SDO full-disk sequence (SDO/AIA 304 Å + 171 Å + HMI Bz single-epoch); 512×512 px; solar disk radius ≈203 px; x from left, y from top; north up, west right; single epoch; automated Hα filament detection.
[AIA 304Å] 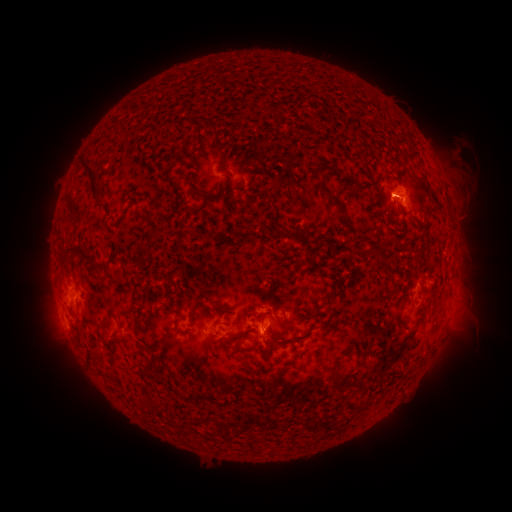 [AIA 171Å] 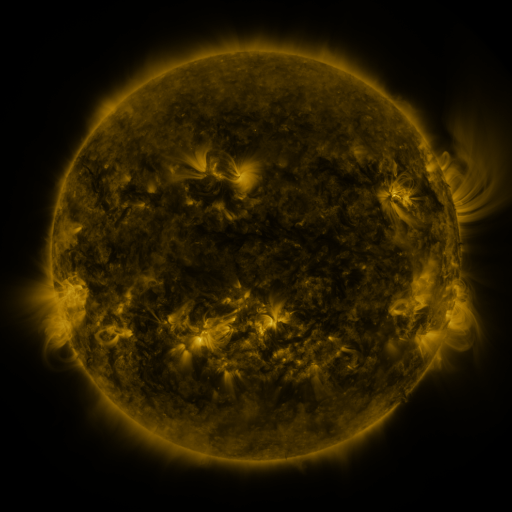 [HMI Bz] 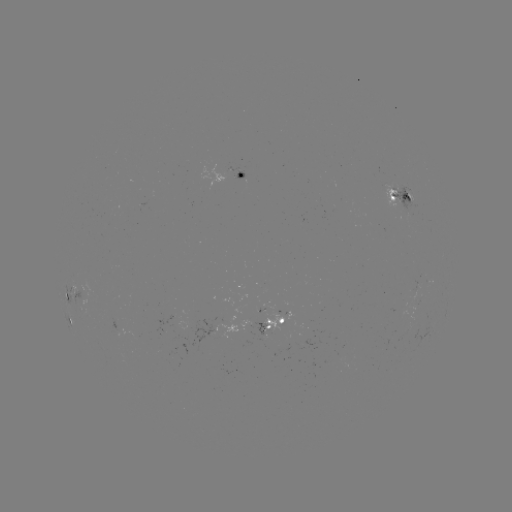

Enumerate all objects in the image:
filament: (242, 148, 252, 159)
filament: (213, 153, 222, 165)
filament: (194, 158, 203, 168)
filament: (78, 162, 103, 212)
filament: (314, 163, 323, 170)
filament: (222, 172, 236, 192)
filament: (318, 182, 347, 217)
filament: (216, 184, 222, 195)
filament: (190, 186, 213, 198)
filament: (146, 210, 153, 223)
filament: (242, 221, 254, 236)
filament: (270, 228, 310, 242)
filament: (143, 230, 159, 249)
filament: (365, 240, 392, 264)
filament: (57, 245, 106, 281)
filament: (306, 306, 324, 317)
filament: (134, 319, 141, 338)
filament: (401, 319, 416, 330)
filament: (103, 328, 110, 340)
filament: (270, 335, 304, 347)
filament: (88, 354, 96, 365)
filament: (145, 354, 160, 377)
filament: (331, 370, 348, 388)
filament: (141, 396, 152, 412)
